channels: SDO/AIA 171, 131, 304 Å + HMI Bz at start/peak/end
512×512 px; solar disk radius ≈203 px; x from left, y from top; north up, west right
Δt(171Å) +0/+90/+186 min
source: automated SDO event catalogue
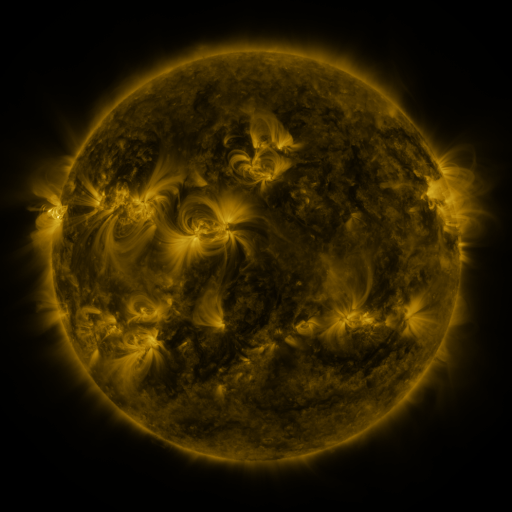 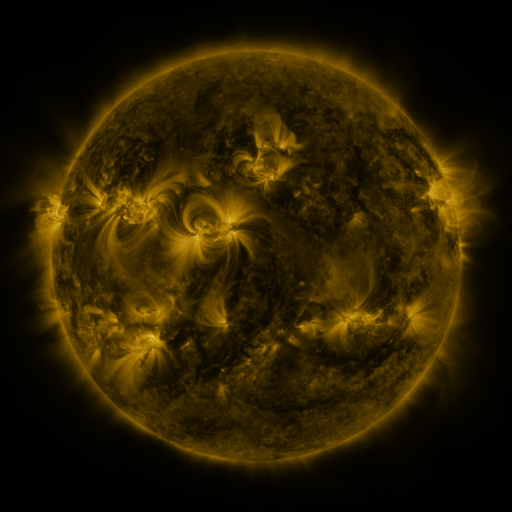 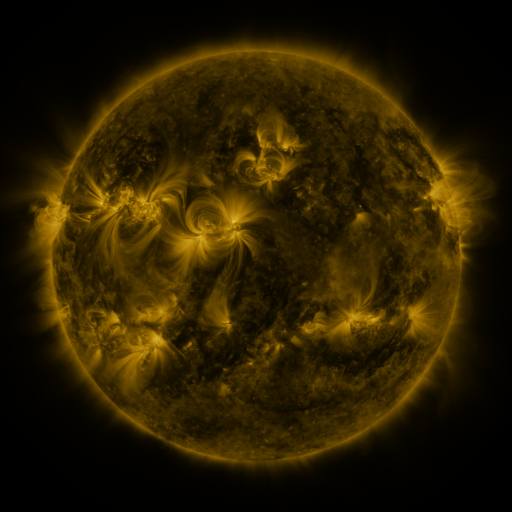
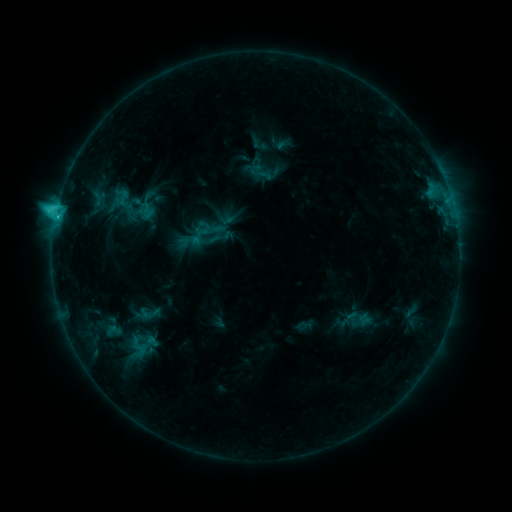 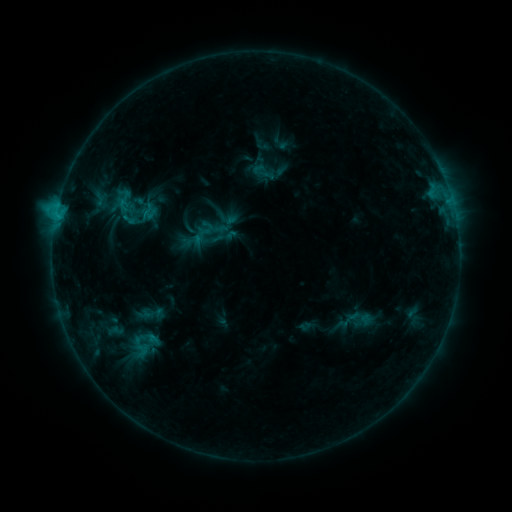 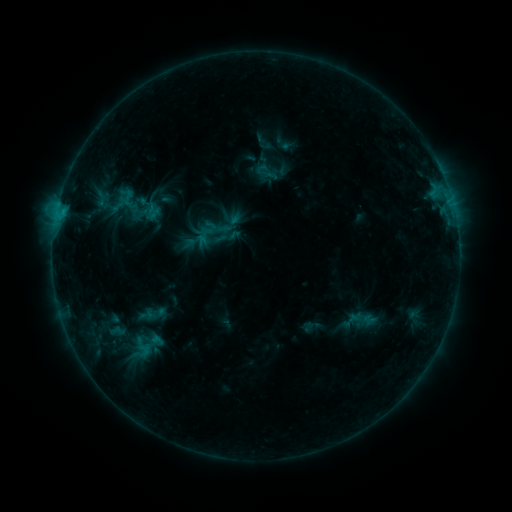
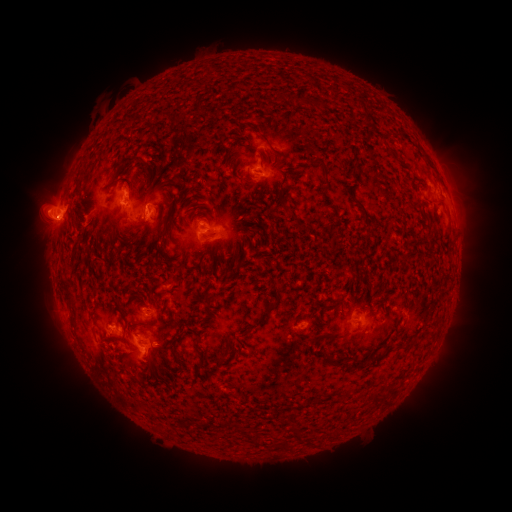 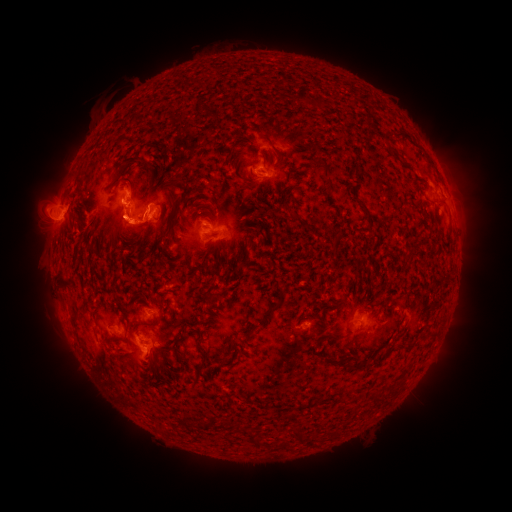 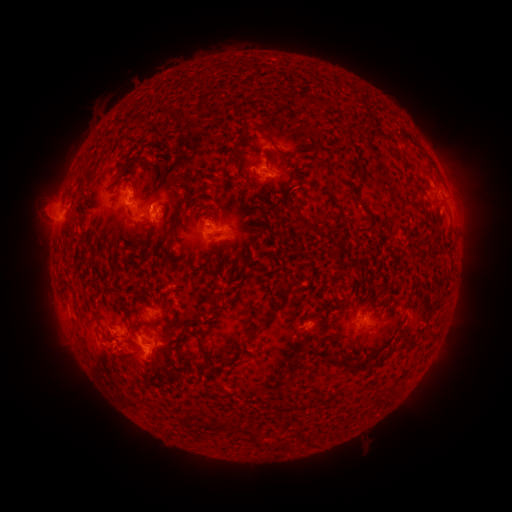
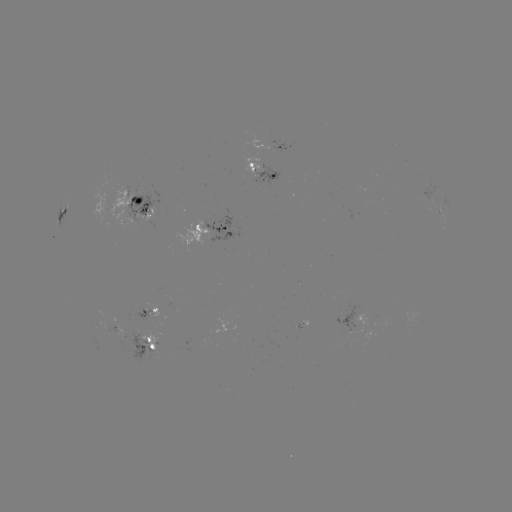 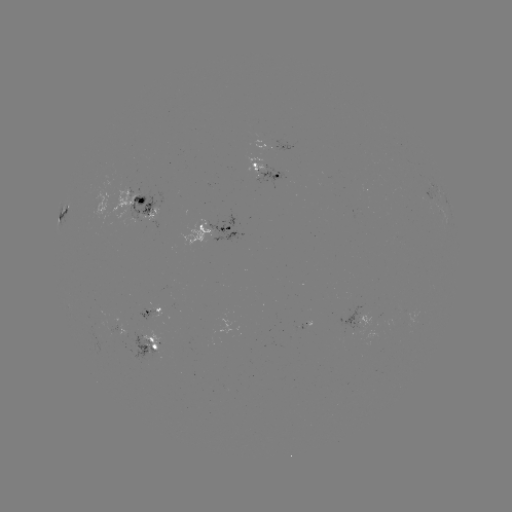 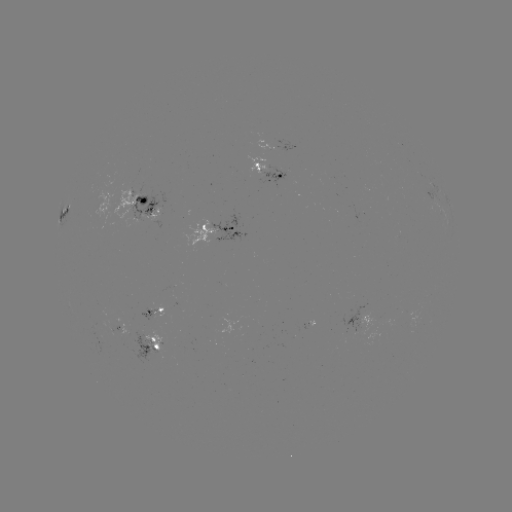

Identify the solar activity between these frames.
filament eruption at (42, 283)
